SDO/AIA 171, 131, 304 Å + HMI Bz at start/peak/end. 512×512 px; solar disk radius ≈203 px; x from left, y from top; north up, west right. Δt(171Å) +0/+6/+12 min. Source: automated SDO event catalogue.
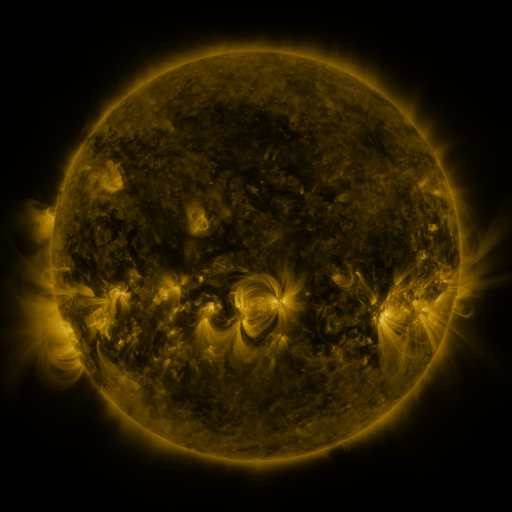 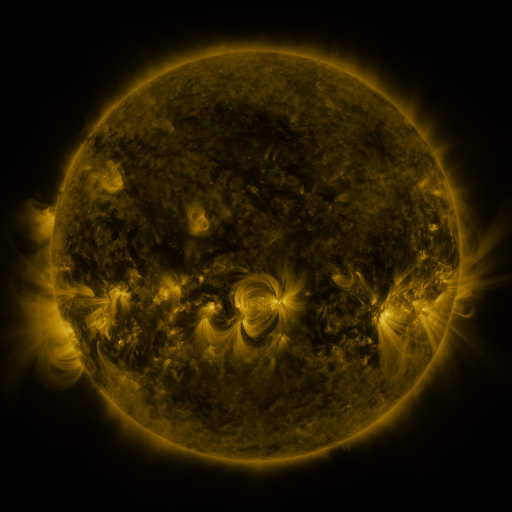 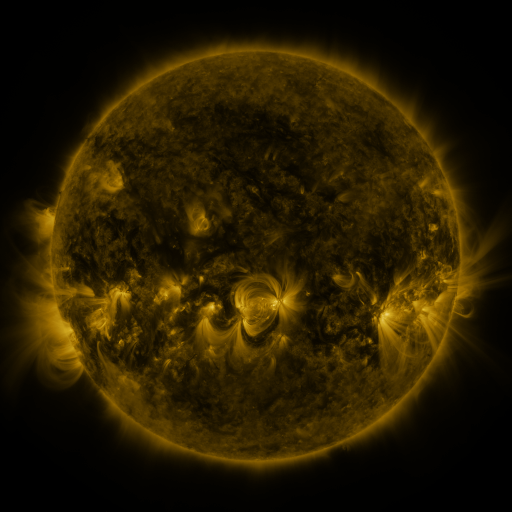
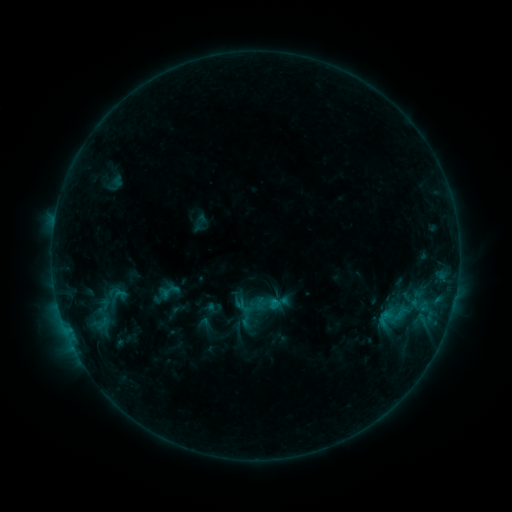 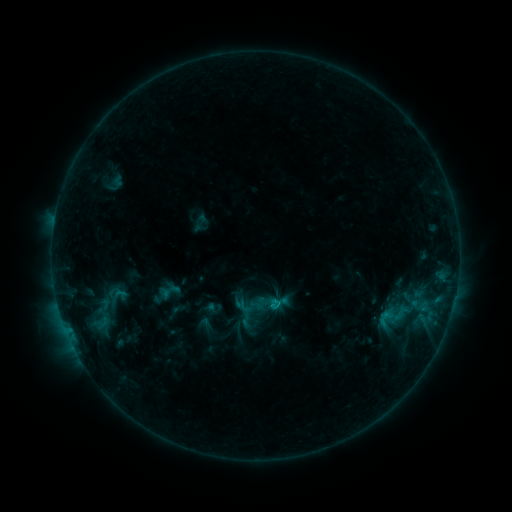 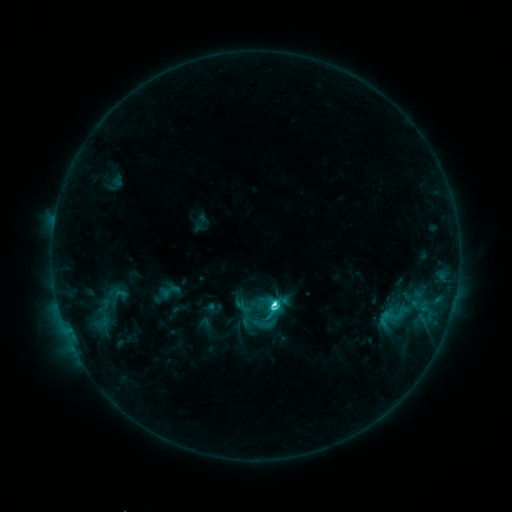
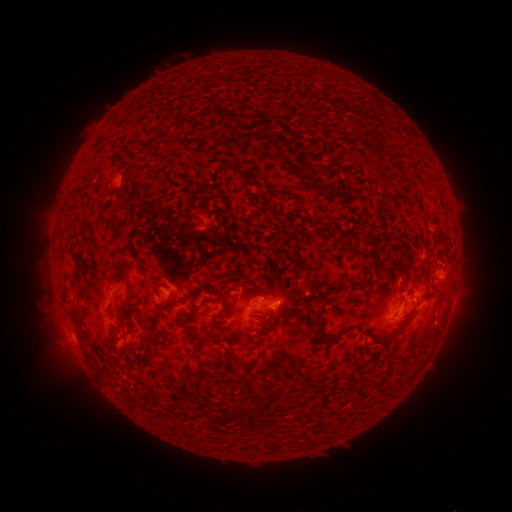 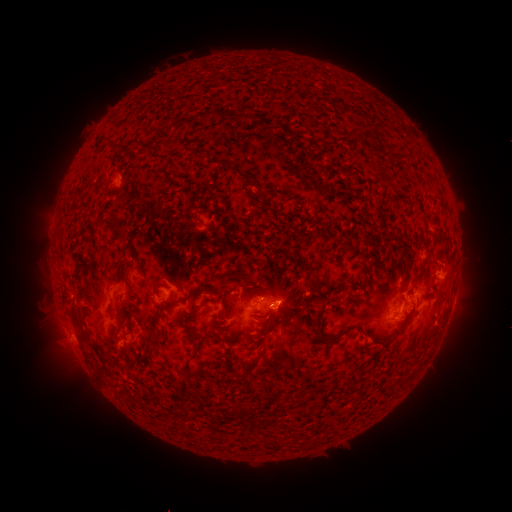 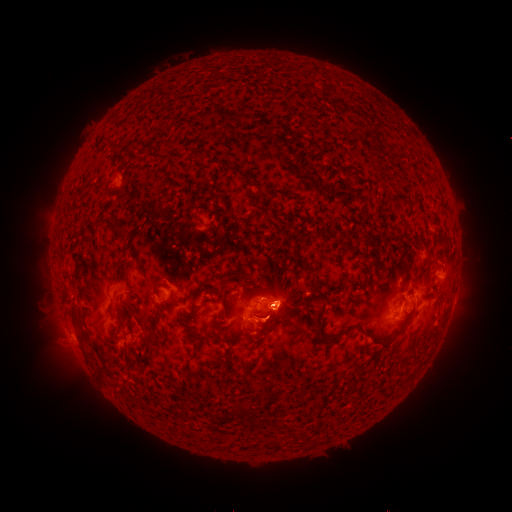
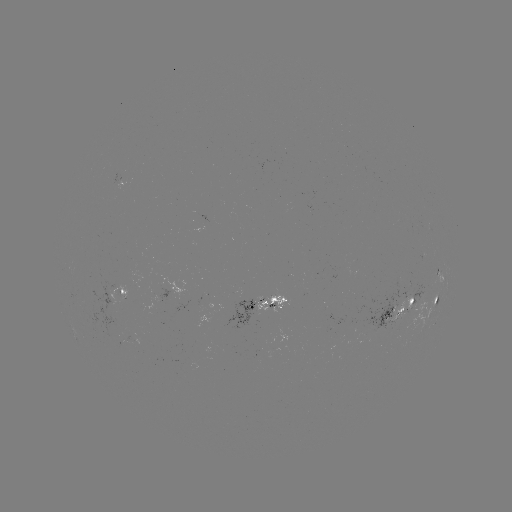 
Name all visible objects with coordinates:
eruption: (262, 325)
